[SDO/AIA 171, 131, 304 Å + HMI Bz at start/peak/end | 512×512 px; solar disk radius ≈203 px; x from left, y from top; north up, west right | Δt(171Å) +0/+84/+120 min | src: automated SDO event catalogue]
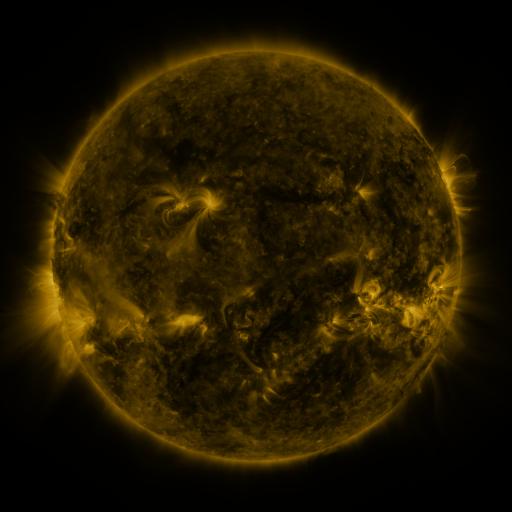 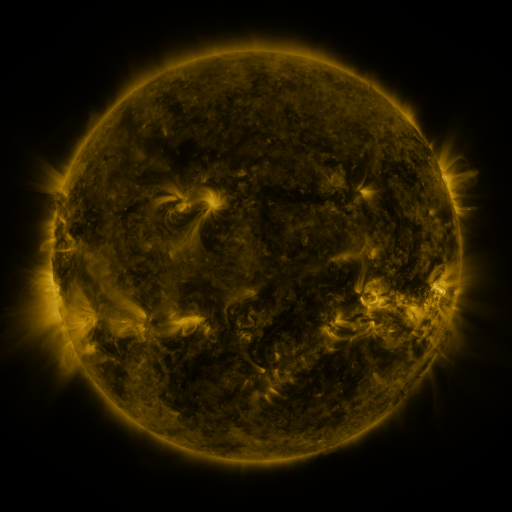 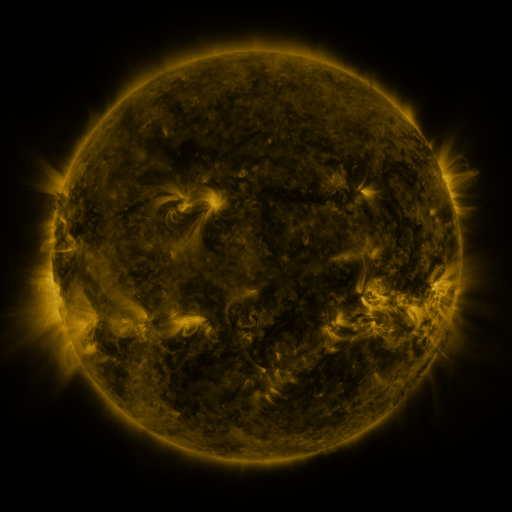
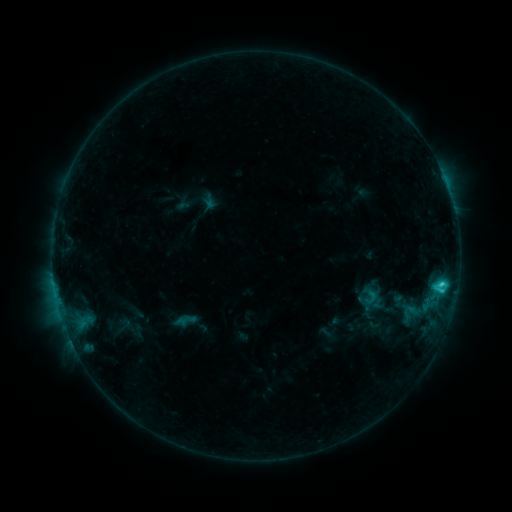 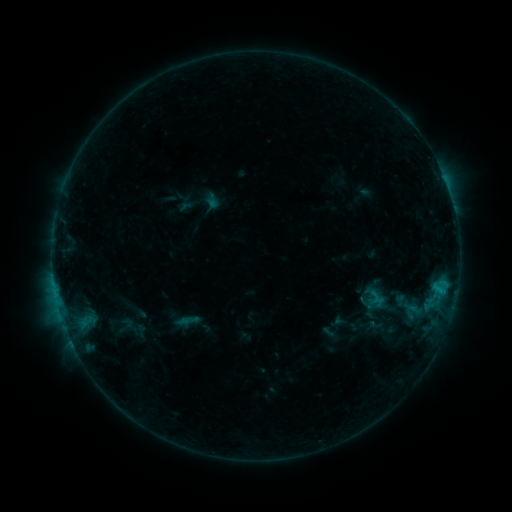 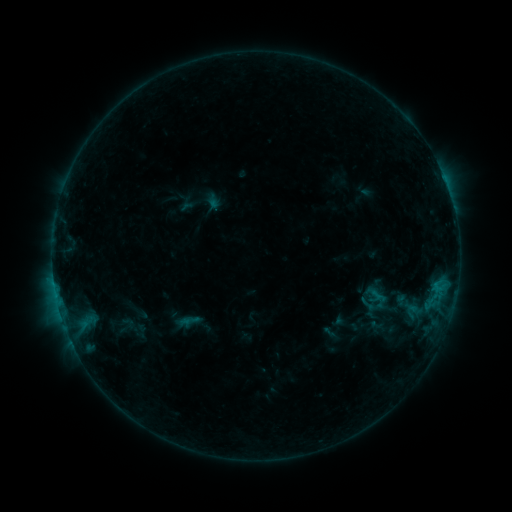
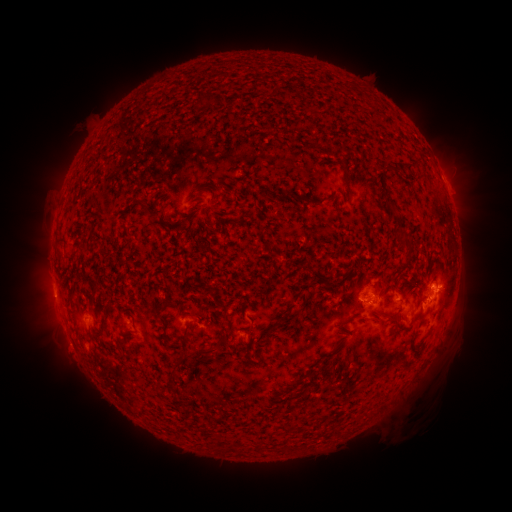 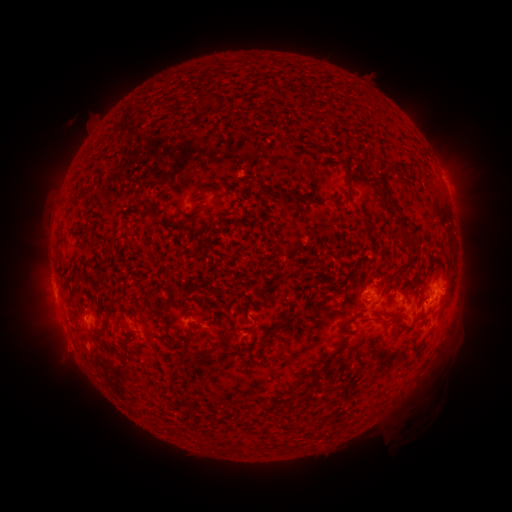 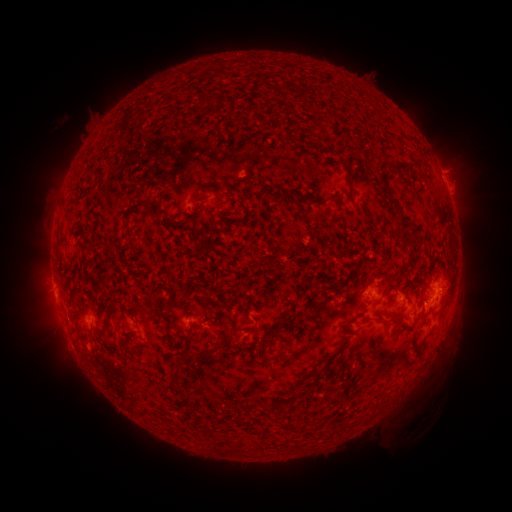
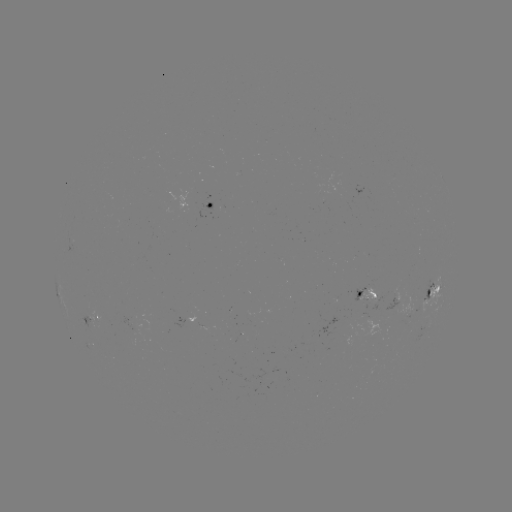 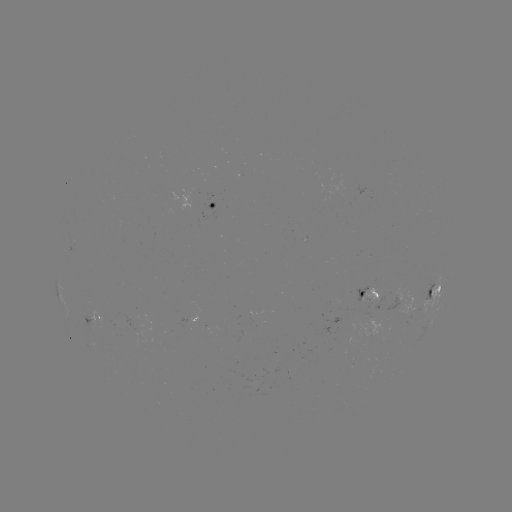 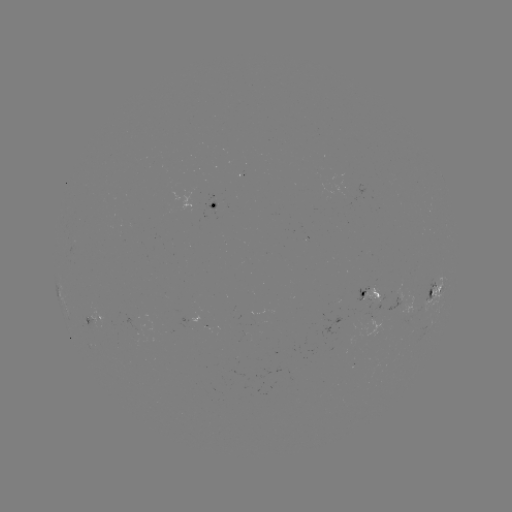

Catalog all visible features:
emerging-flux region: (370, 318)
